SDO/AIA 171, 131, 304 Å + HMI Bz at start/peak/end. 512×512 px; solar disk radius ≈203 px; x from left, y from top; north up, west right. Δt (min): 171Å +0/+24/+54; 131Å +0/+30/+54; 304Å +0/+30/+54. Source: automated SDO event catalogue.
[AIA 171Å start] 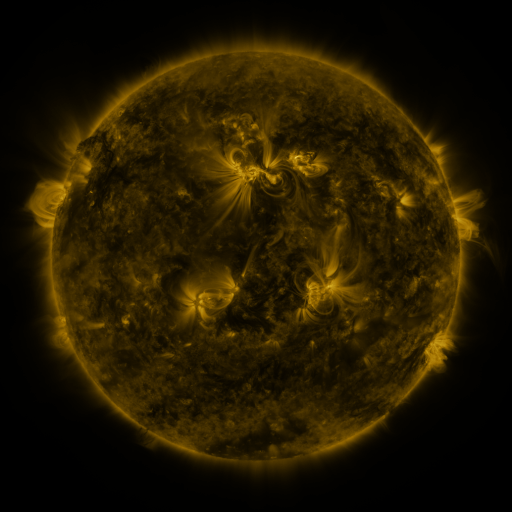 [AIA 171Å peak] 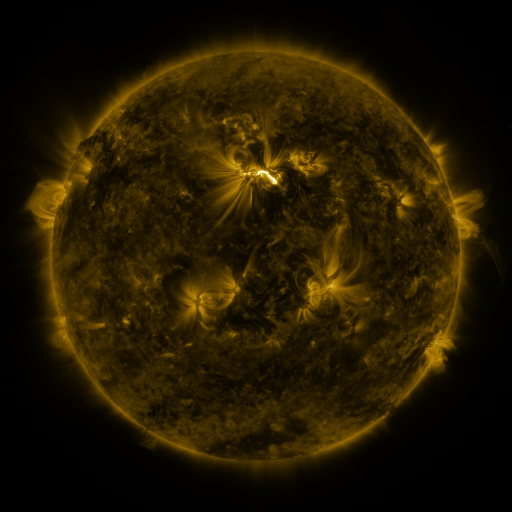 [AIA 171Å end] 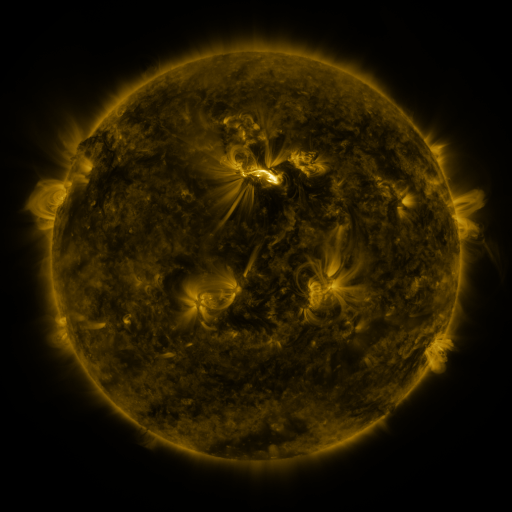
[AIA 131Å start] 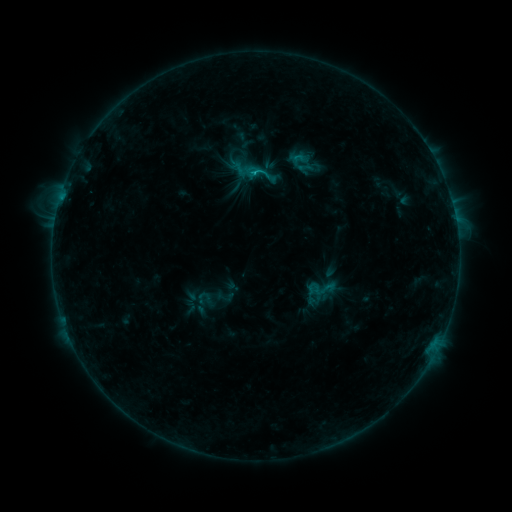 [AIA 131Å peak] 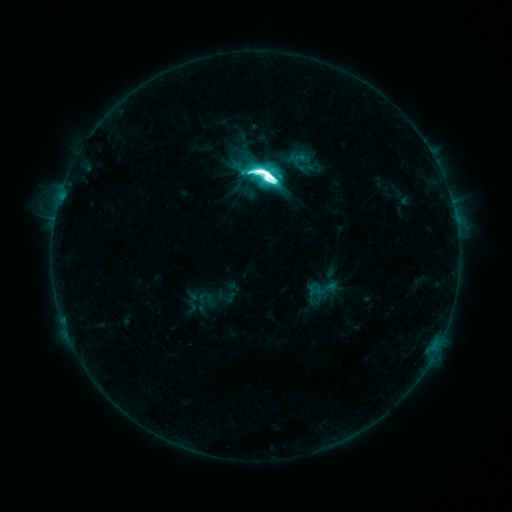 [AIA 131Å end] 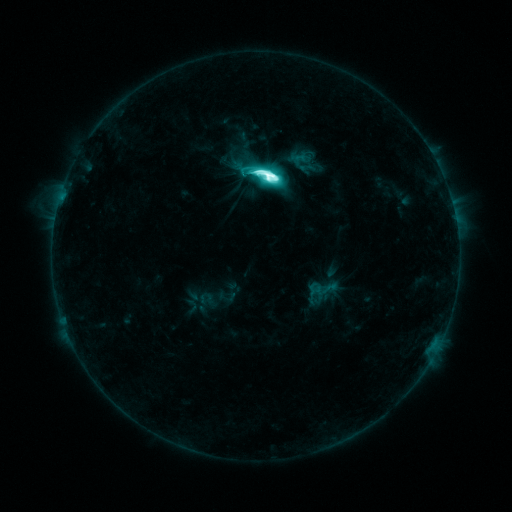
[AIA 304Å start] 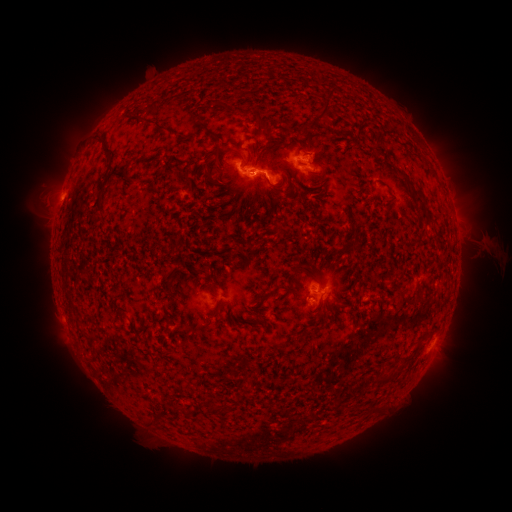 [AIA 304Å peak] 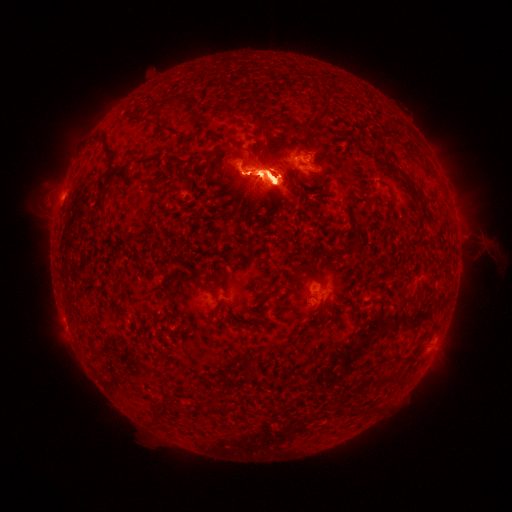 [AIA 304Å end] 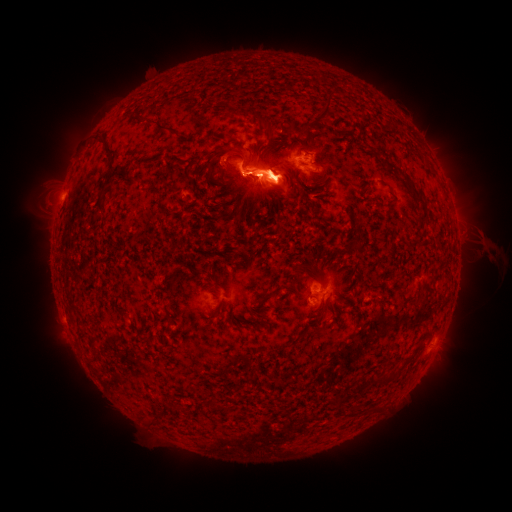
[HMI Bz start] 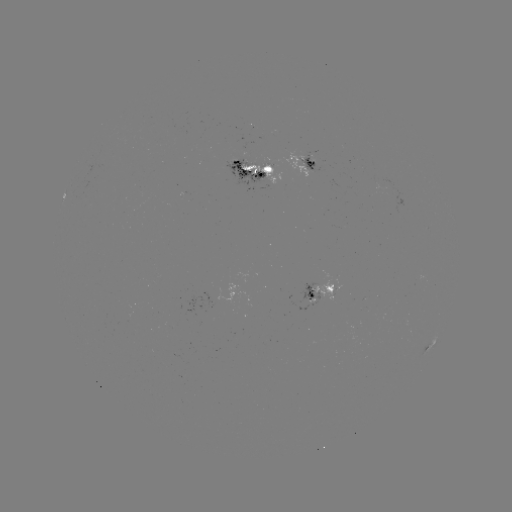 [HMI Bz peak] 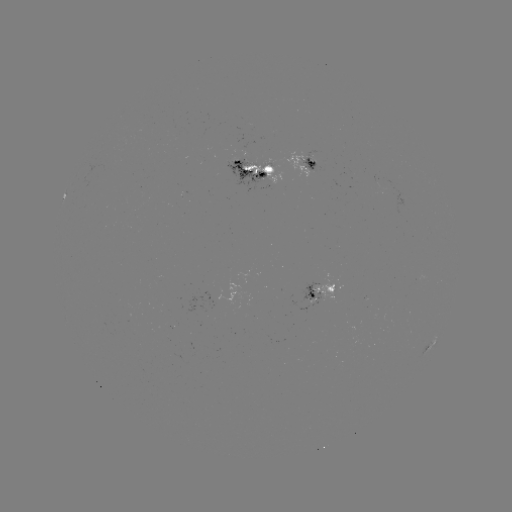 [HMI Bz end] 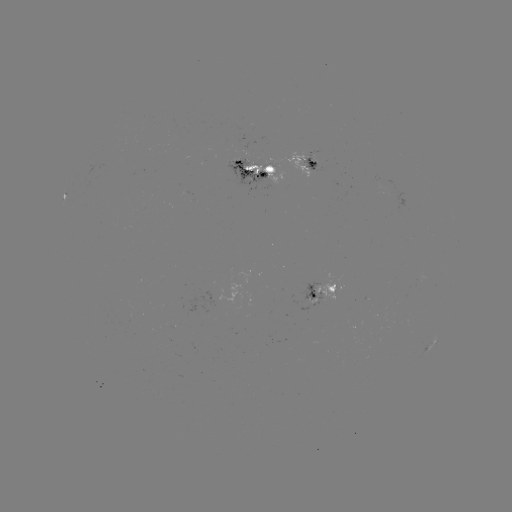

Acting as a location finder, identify M6.3 flare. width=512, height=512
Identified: [266, 178].